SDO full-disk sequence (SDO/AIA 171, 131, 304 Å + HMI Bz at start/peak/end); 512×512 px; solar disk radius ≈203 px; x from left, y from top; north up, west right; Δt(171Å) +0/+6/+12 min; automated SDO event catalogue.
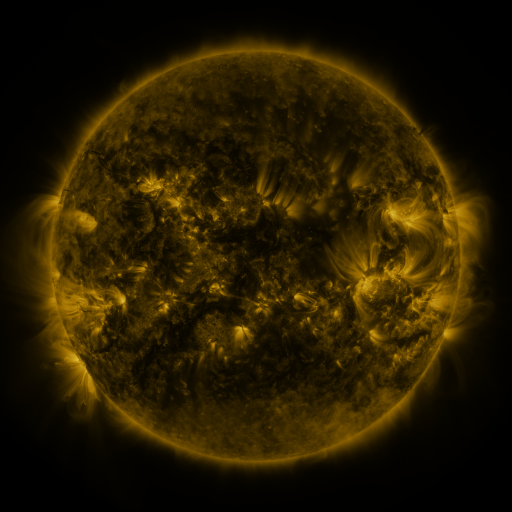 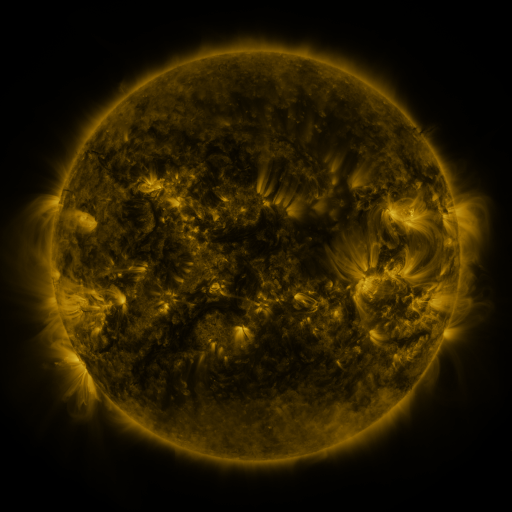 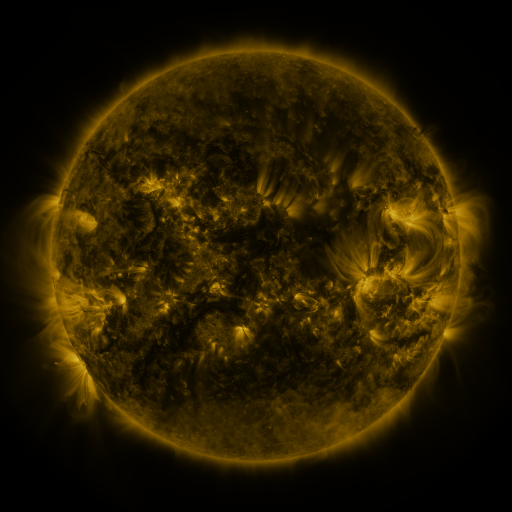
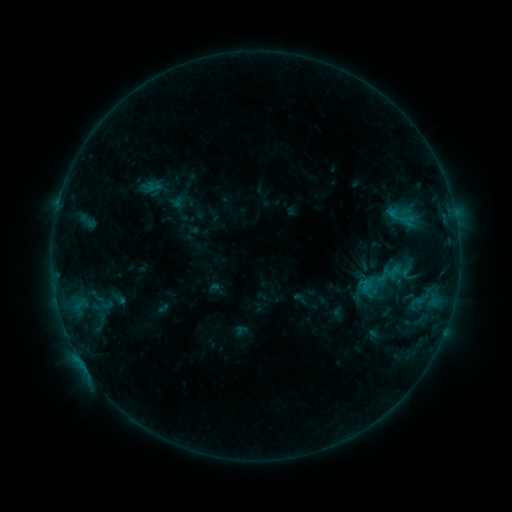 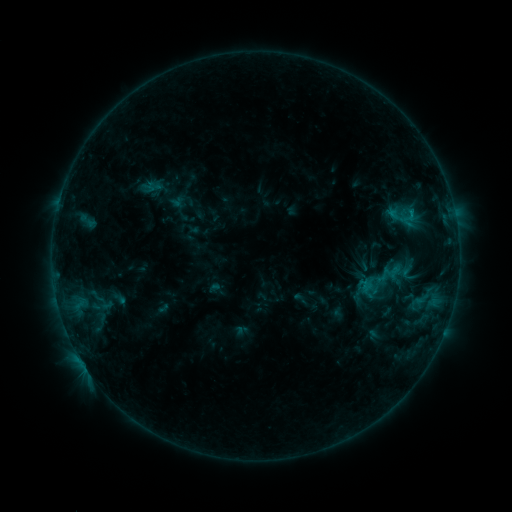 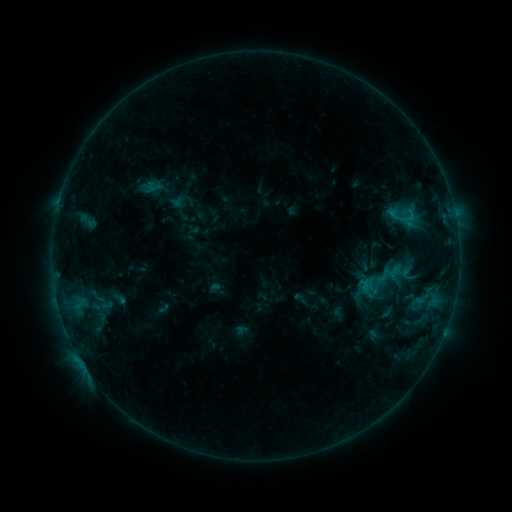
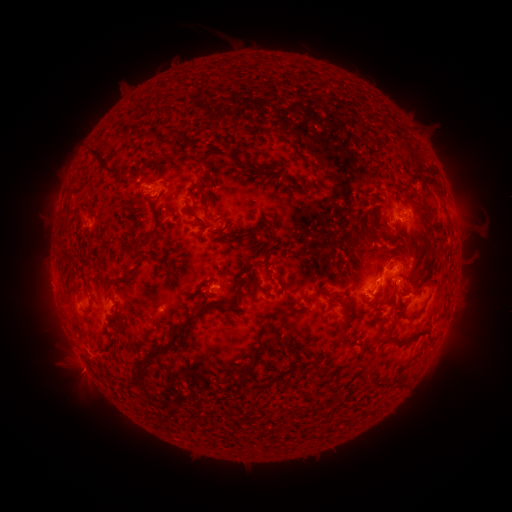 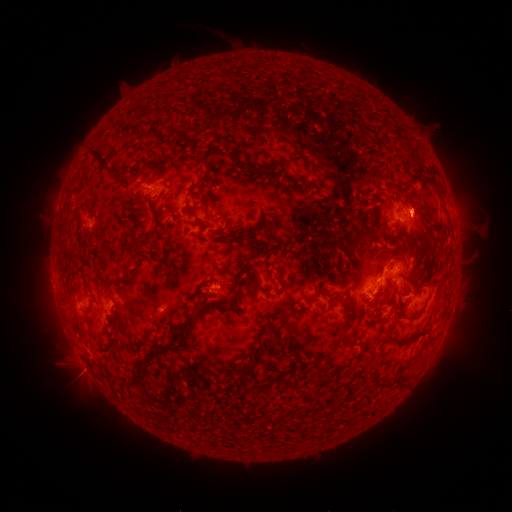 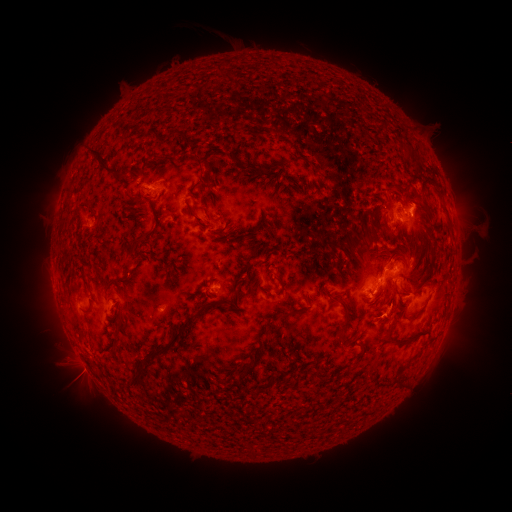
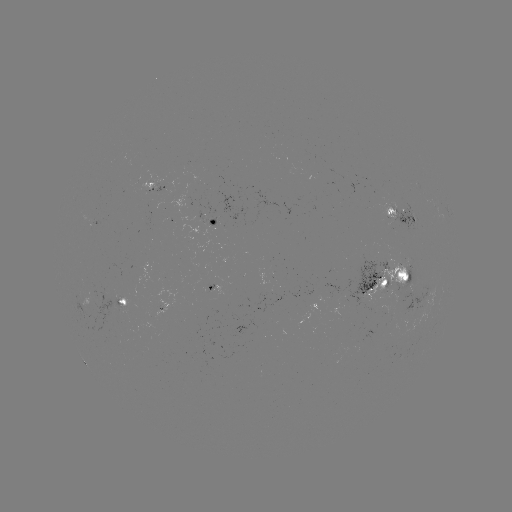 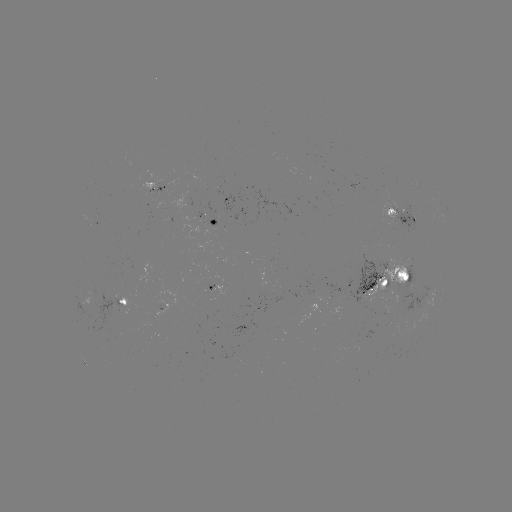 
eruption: <bbox>400, 182, 442, 253</bbox>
